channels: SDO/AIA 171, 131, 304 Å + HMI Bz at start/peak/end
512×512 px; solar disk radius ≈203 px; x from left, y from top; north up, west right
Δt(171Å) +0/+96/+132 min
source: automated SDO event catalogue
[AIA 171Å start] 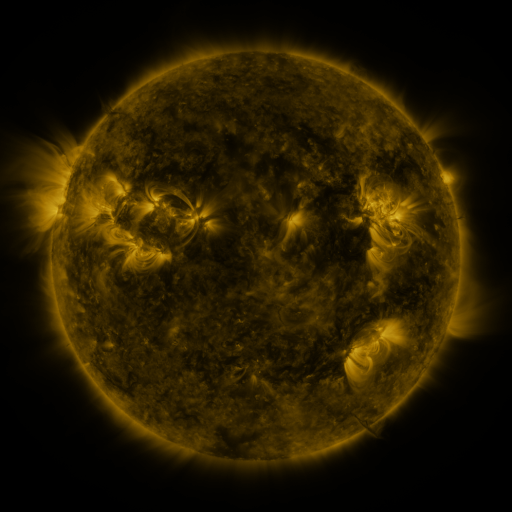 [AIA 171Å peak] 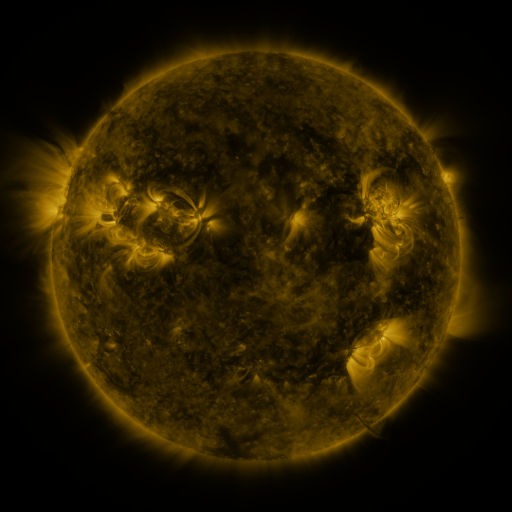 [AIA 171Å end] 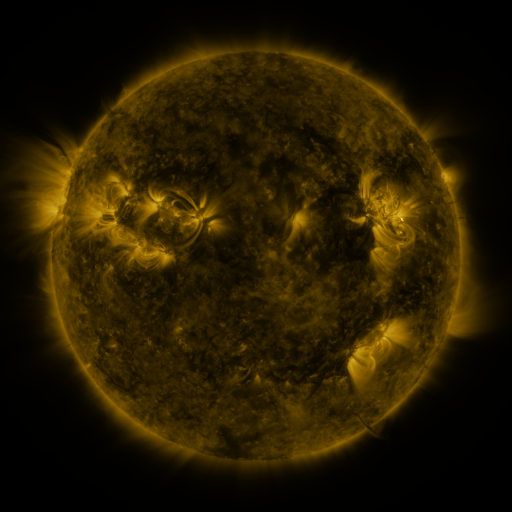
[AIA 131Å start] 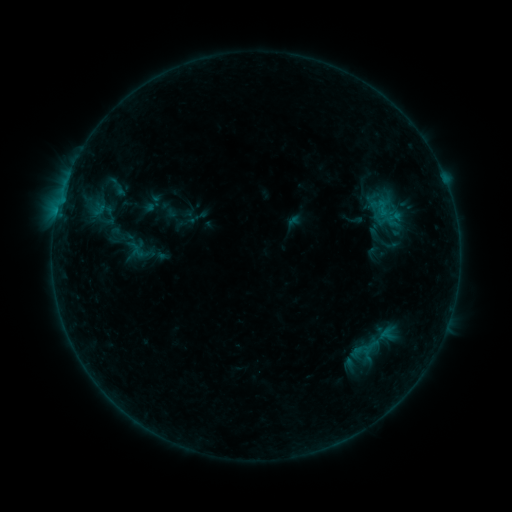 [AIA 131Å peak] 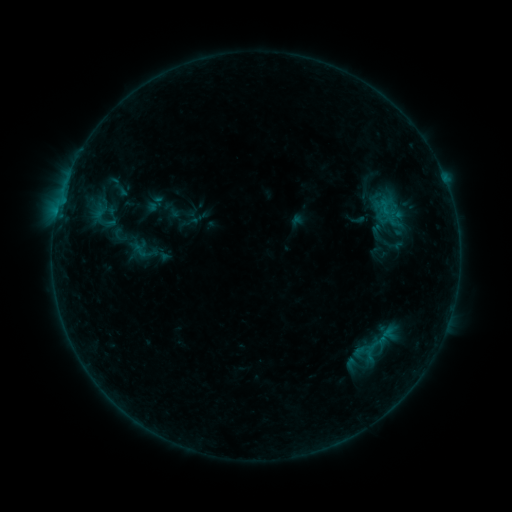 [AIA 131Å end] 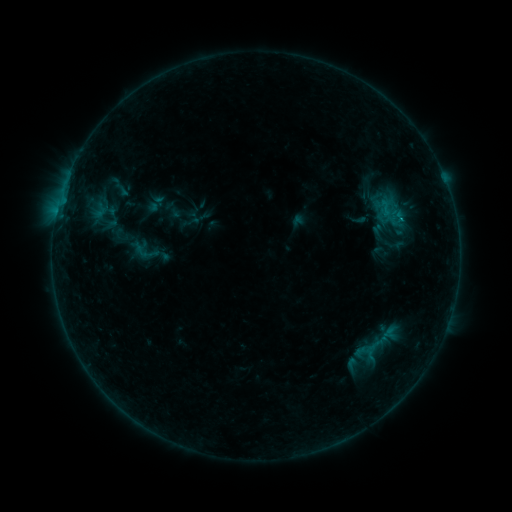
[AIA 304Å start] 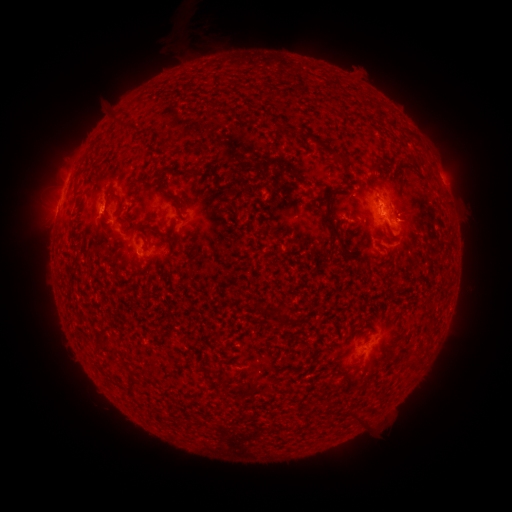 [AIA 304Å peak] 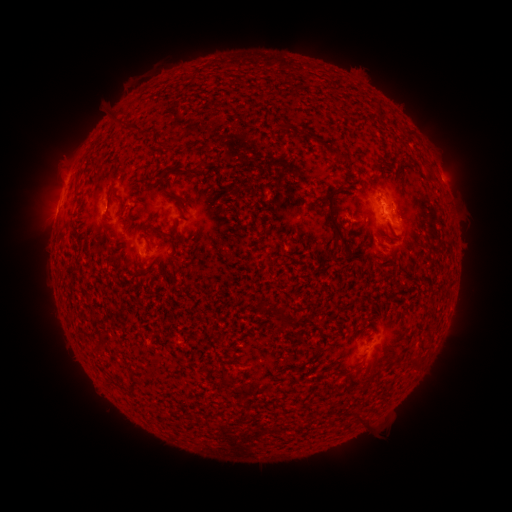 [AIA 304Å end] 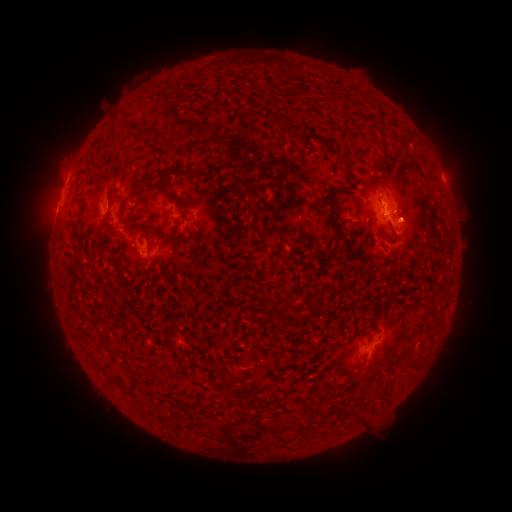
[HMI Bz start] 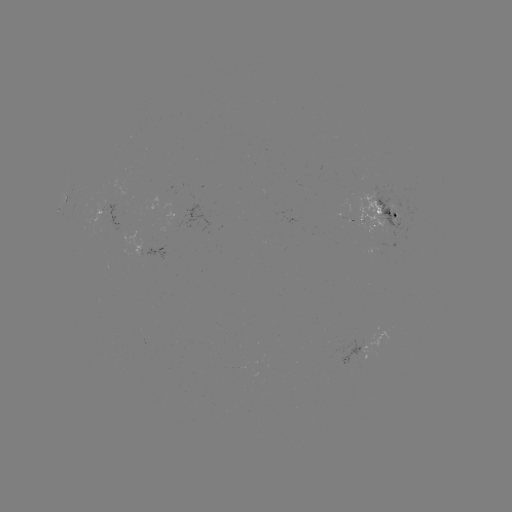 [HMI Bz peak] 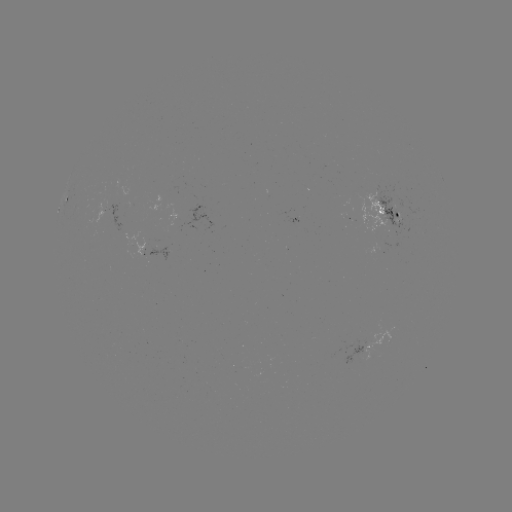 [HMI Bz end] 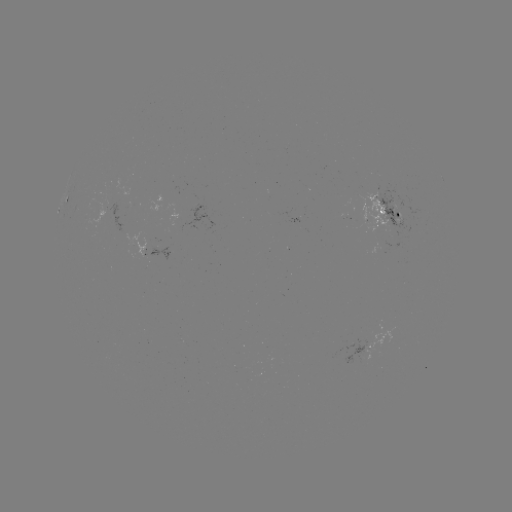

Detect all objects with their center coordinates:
emerging-flux region: (148, 338)
